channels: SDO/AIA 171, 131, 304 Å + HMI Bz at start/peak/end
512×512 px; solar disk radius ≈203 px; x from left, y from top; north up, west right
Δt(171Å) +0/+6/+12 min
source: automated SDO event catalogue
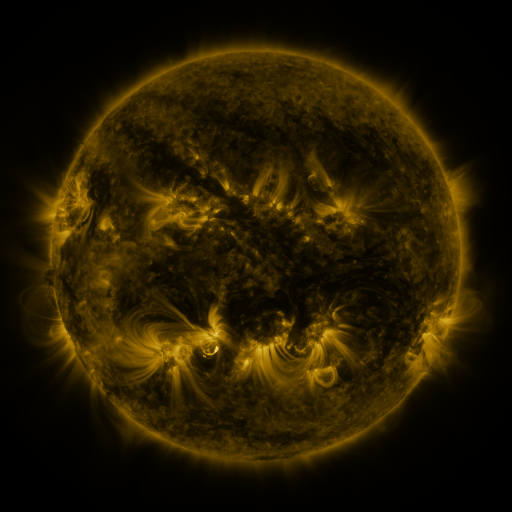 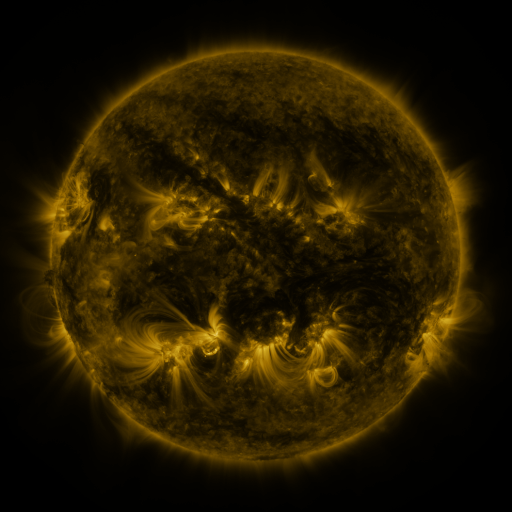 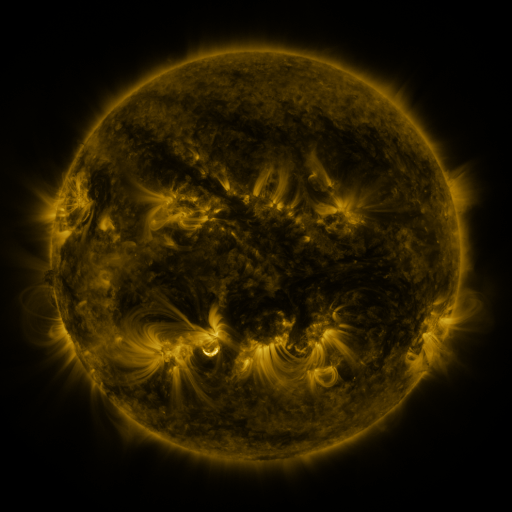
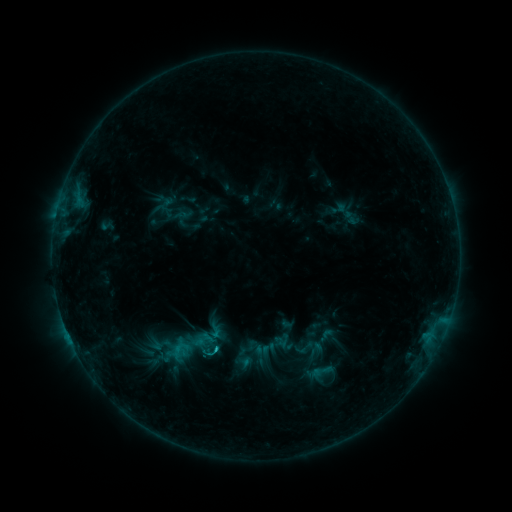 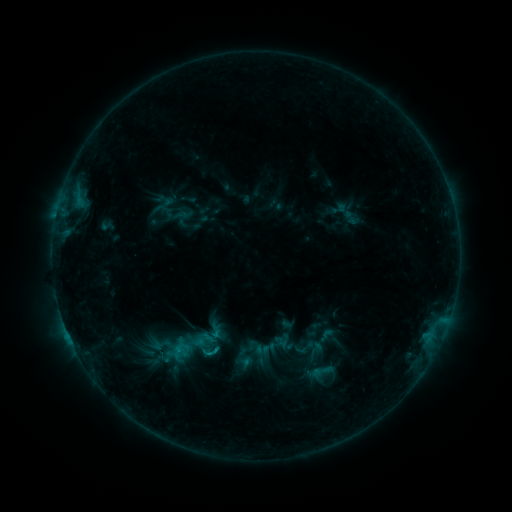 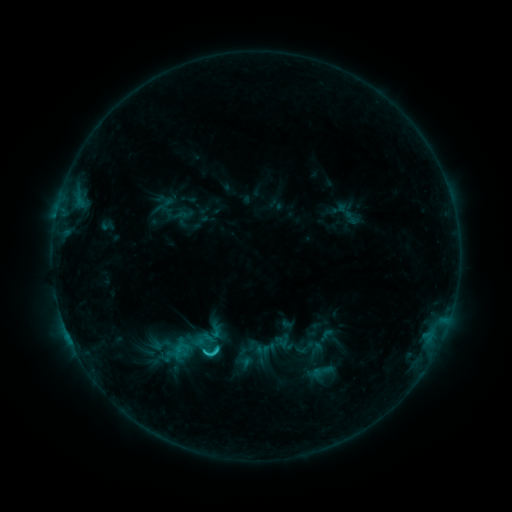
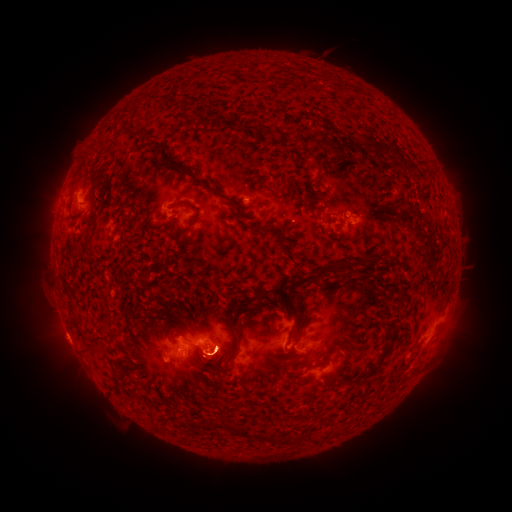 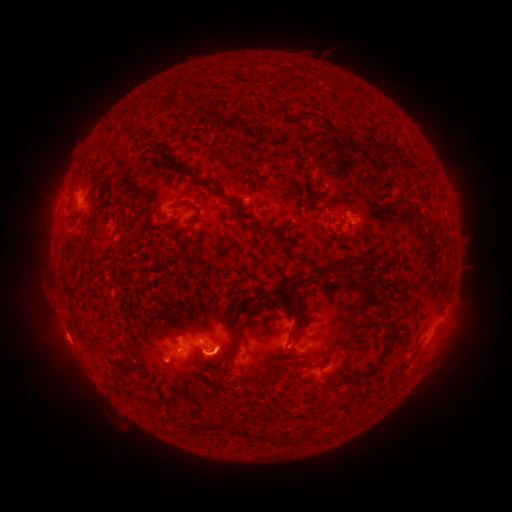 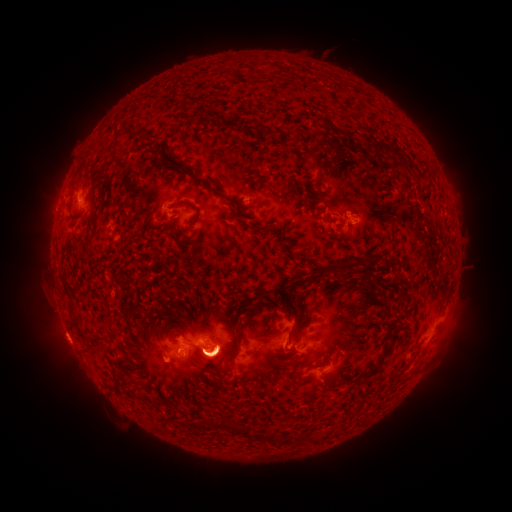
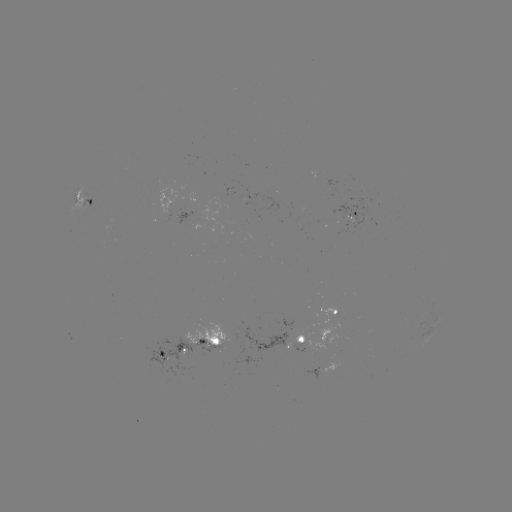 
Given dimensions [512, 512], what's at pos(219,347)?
C1.8 flare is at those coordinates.